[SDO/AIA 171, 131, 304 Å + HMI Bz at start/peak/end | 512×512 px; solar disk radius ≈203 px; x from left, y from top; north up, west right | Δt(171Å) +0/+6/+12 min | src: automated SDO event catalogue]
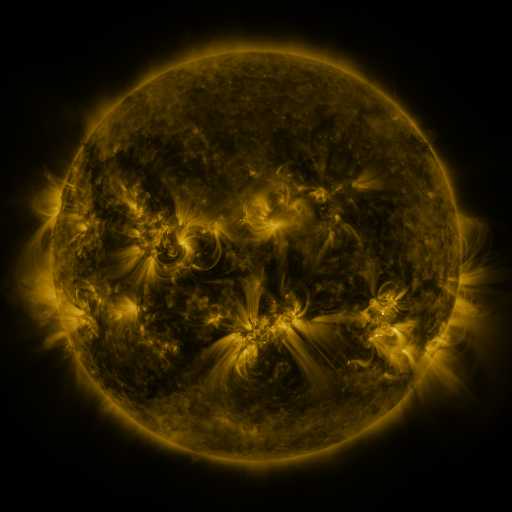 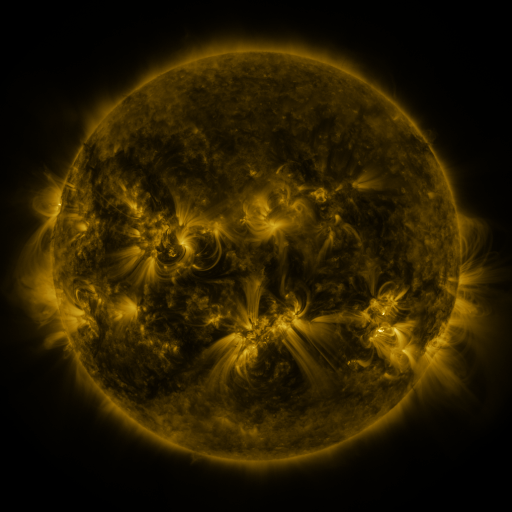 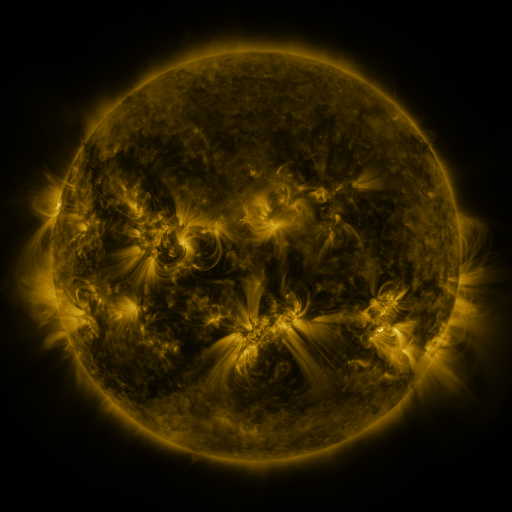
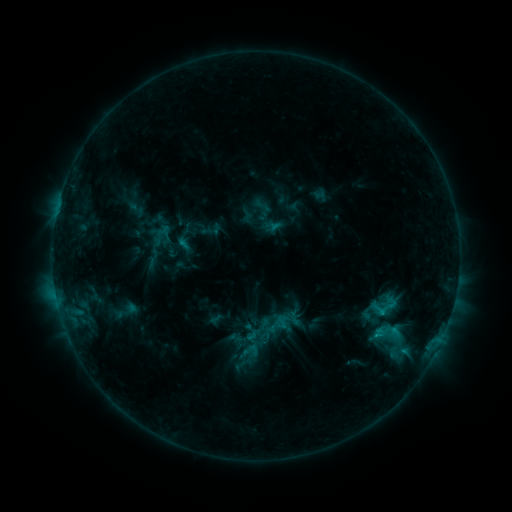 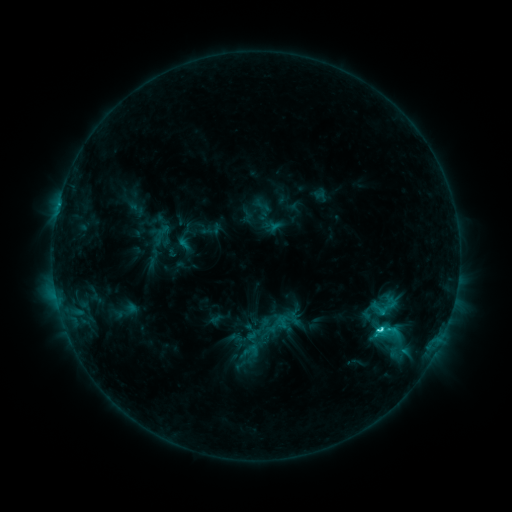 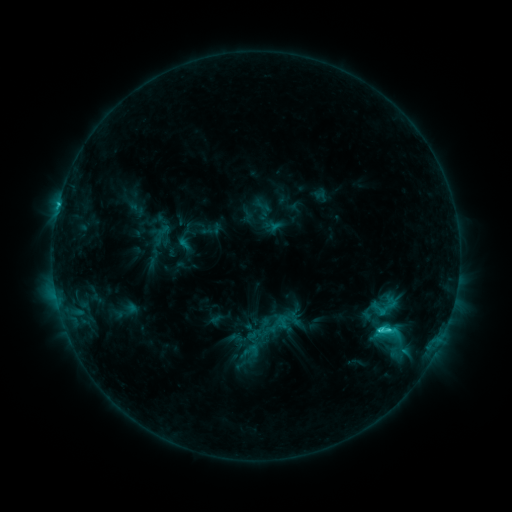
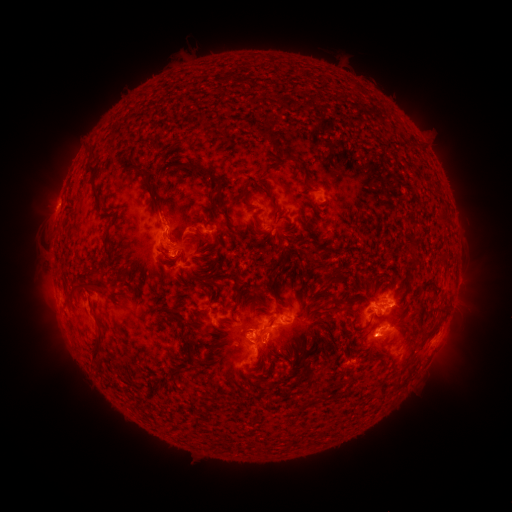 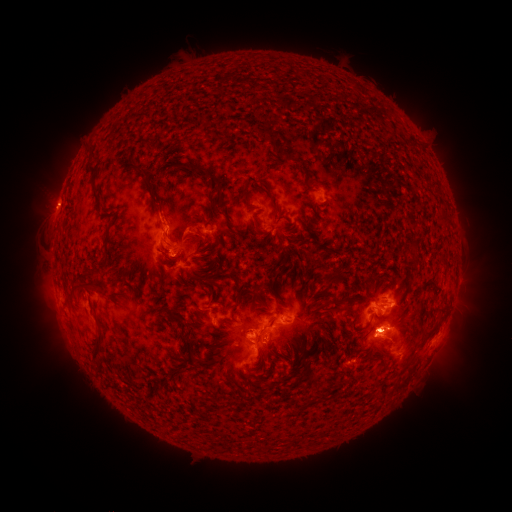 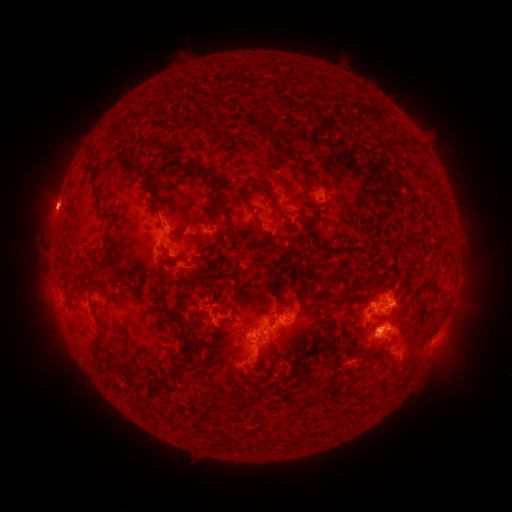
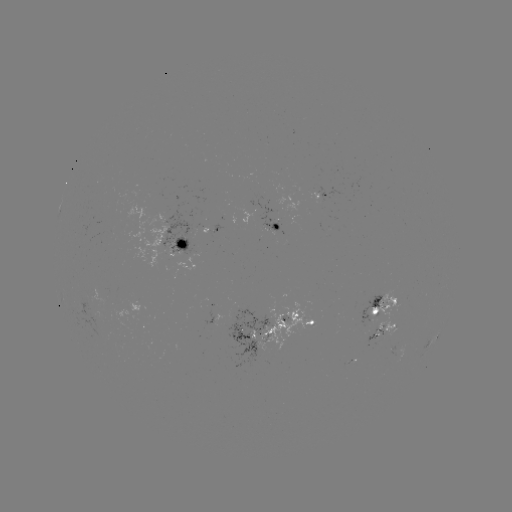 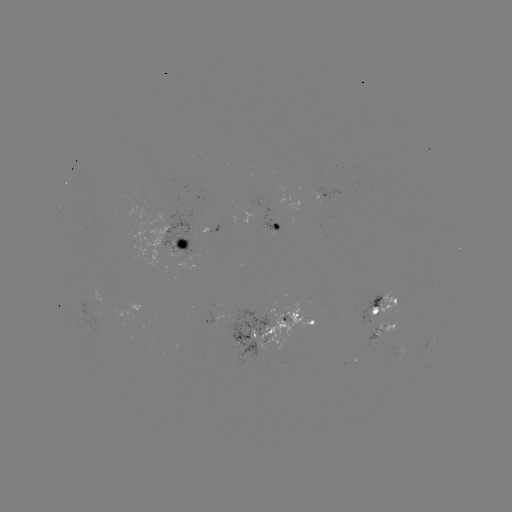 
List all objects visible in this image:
C3.5 flare: (379, 329)
